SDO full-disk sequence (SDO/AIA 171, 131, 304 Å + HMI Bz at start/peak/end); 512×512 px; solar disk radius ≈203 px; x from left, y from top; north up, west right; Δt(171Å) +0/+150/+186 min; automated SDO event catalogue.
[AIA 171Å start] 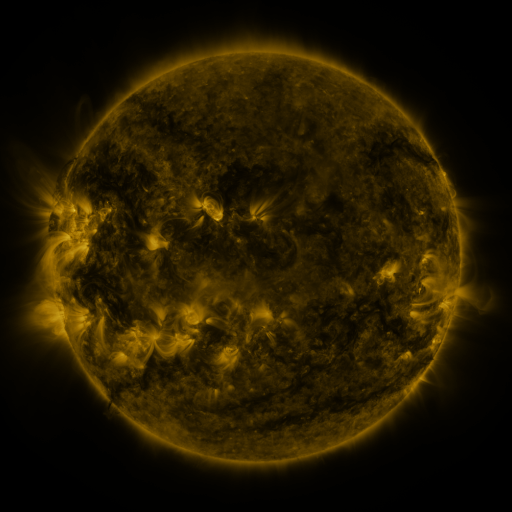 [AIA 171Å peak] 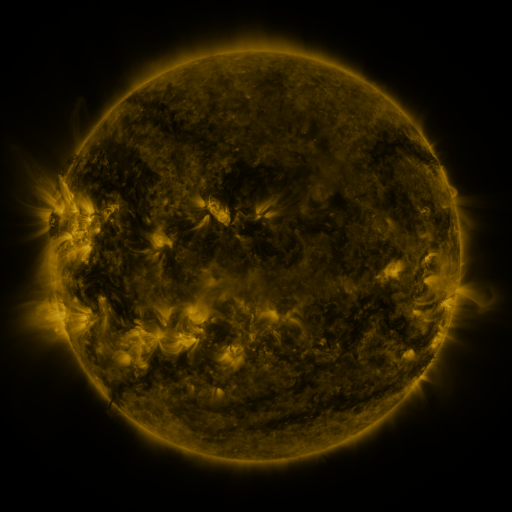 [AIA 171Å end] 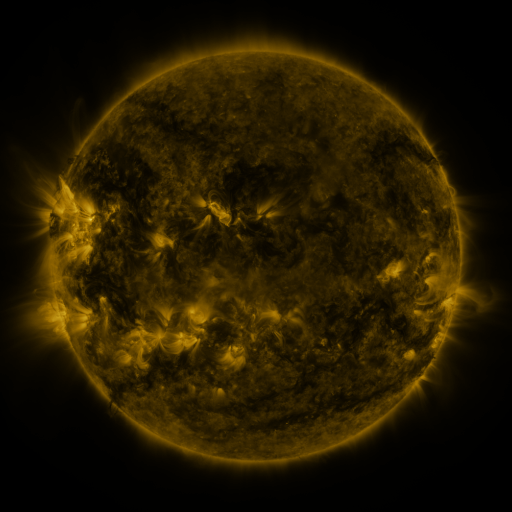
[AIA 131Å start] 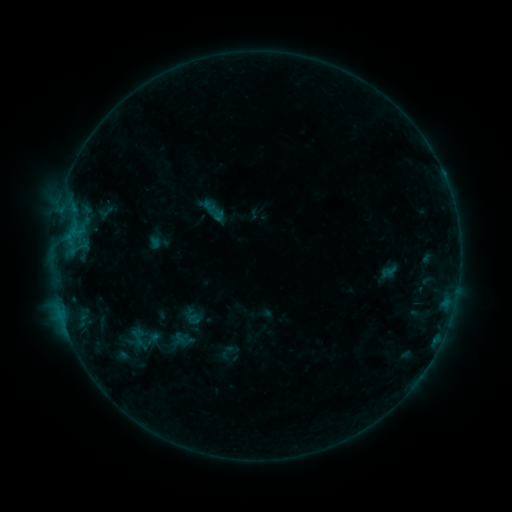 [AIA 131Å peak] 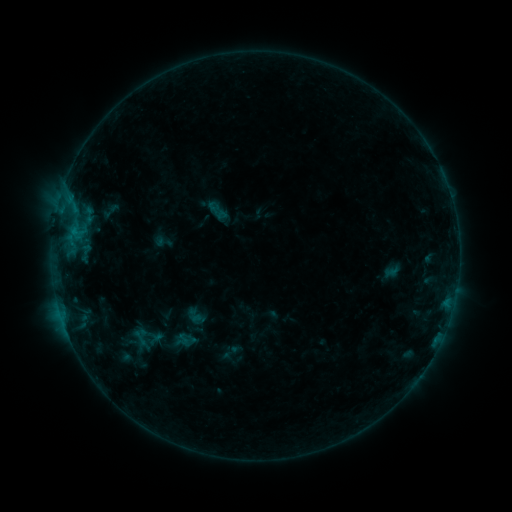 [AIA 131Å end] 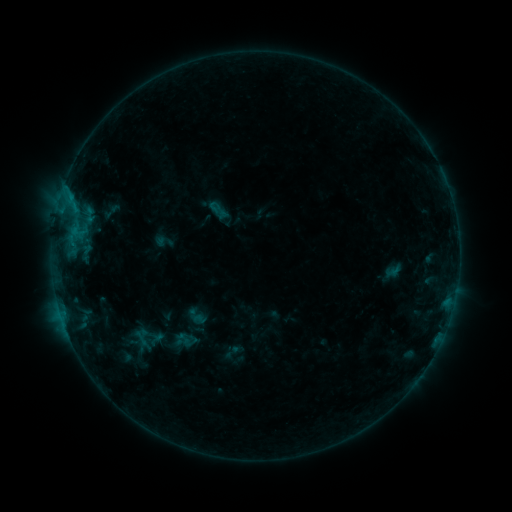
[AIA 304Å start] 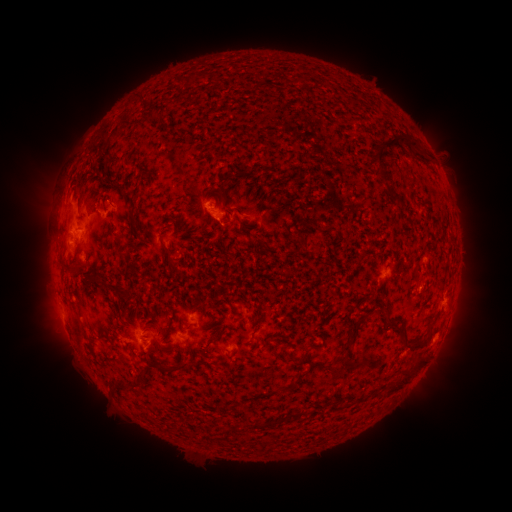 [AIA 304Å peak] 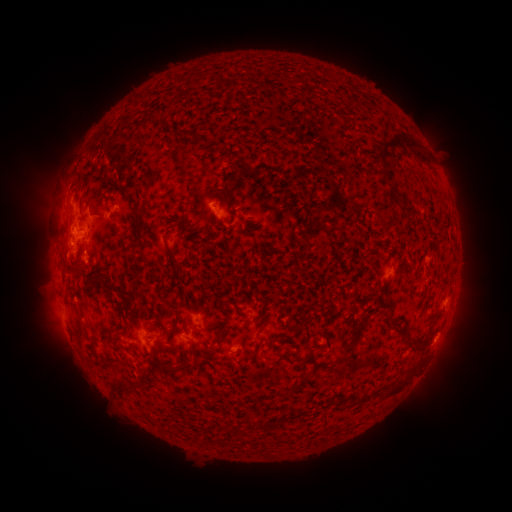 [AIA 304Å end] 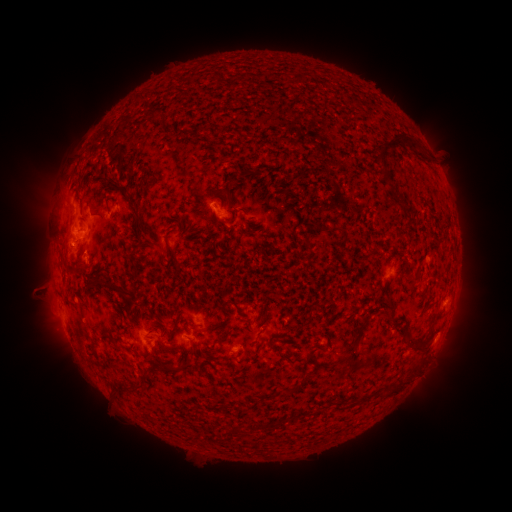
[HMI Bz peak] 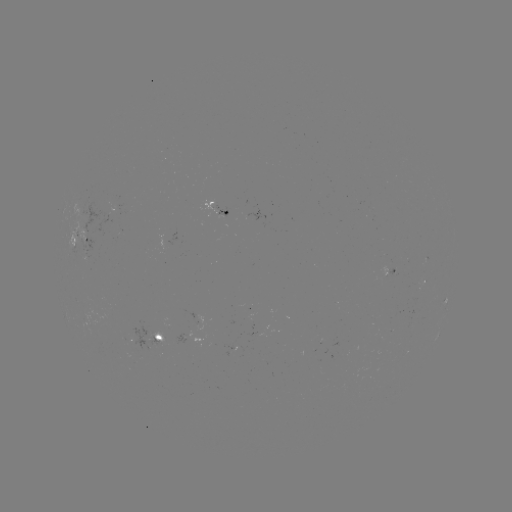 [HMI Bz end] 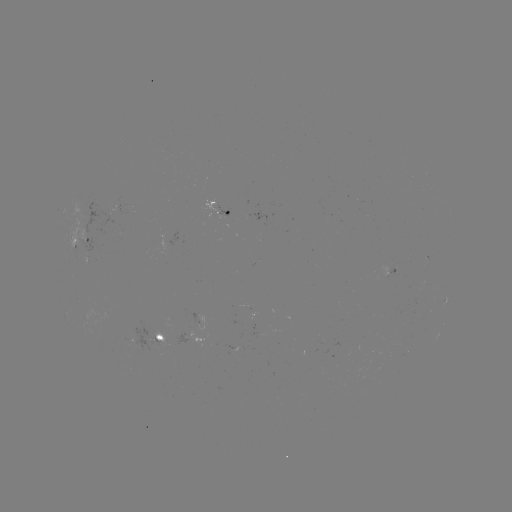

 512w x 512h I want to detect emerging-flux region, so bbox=[221, 344, 234, 354].